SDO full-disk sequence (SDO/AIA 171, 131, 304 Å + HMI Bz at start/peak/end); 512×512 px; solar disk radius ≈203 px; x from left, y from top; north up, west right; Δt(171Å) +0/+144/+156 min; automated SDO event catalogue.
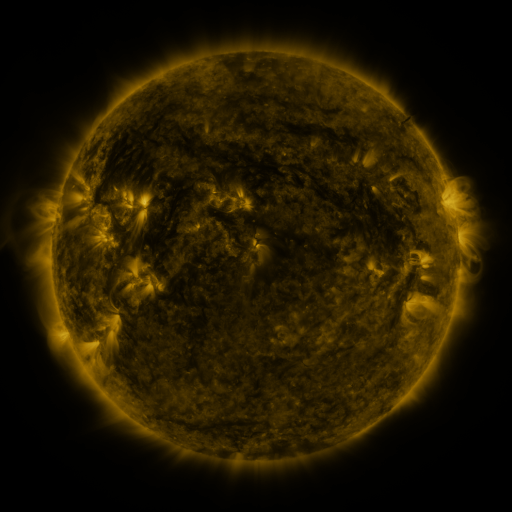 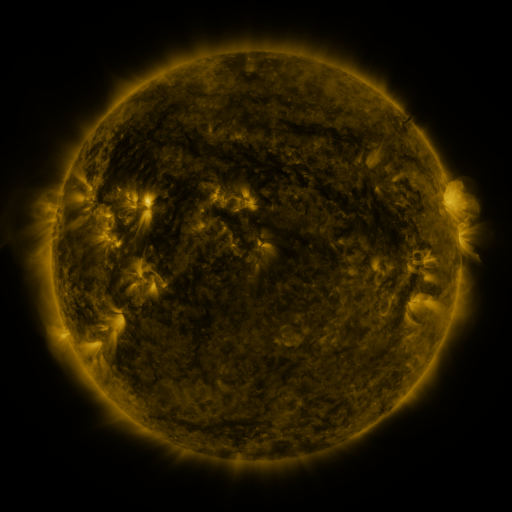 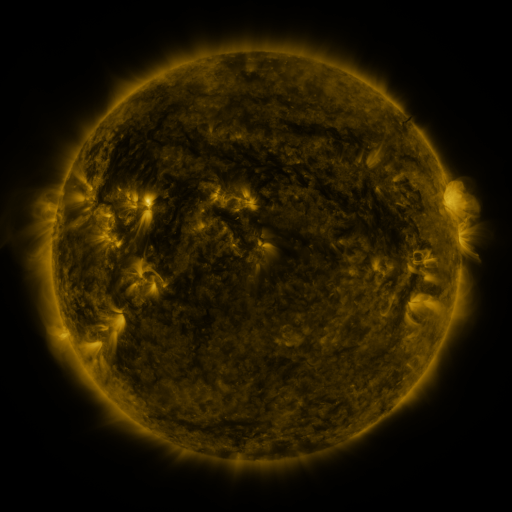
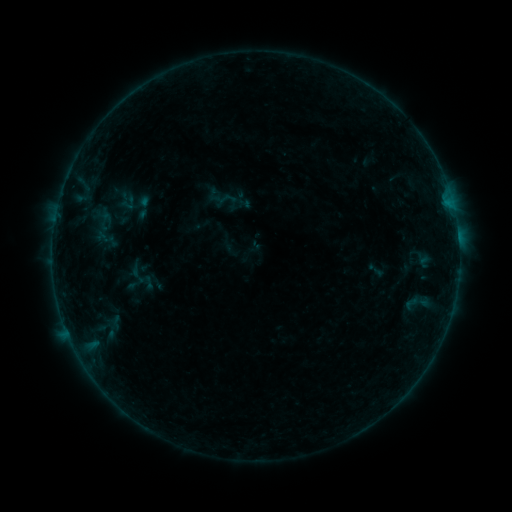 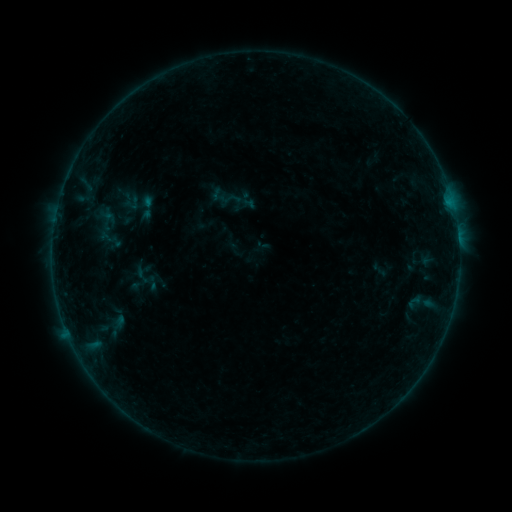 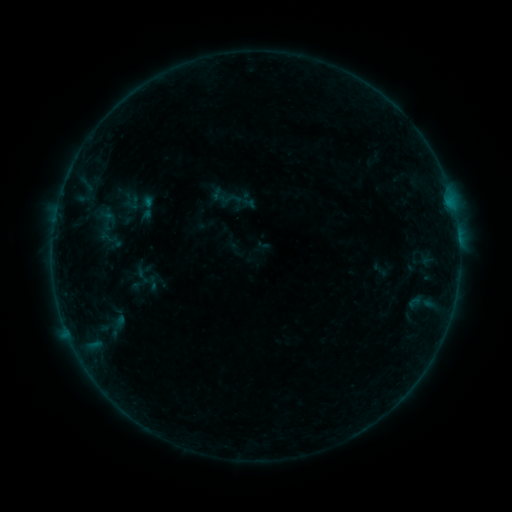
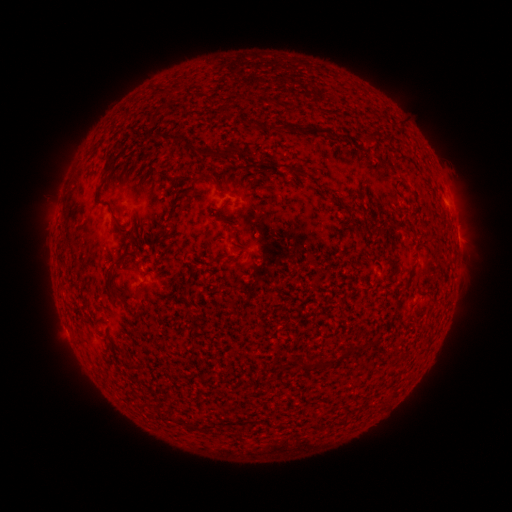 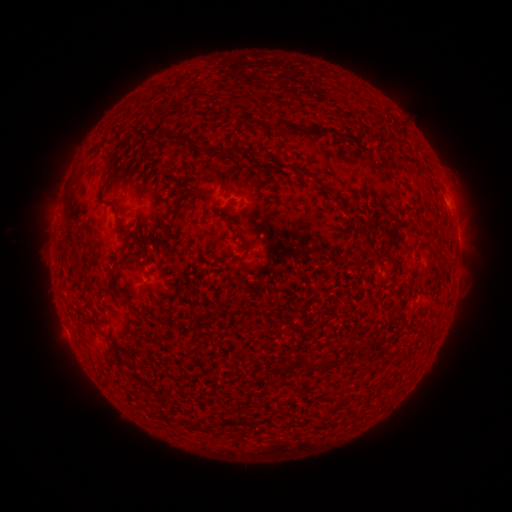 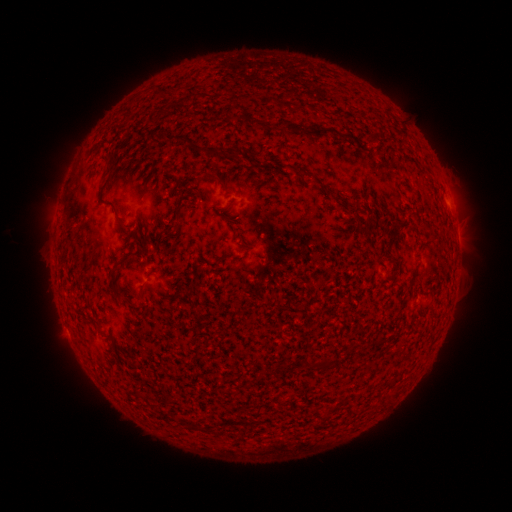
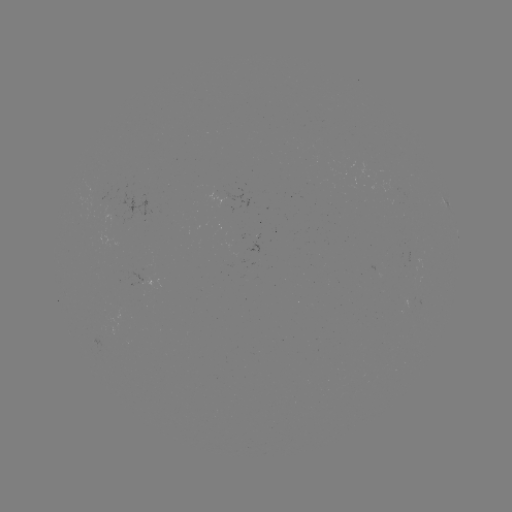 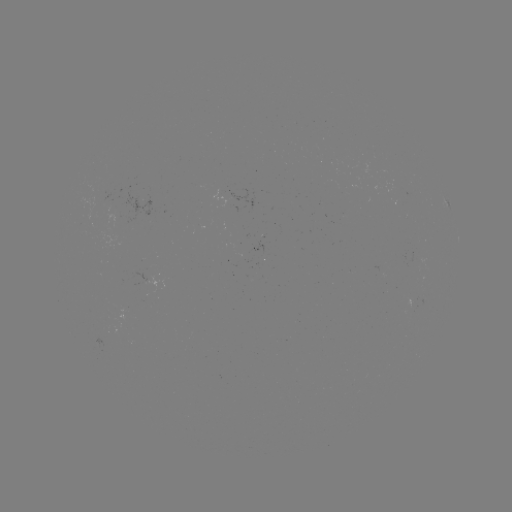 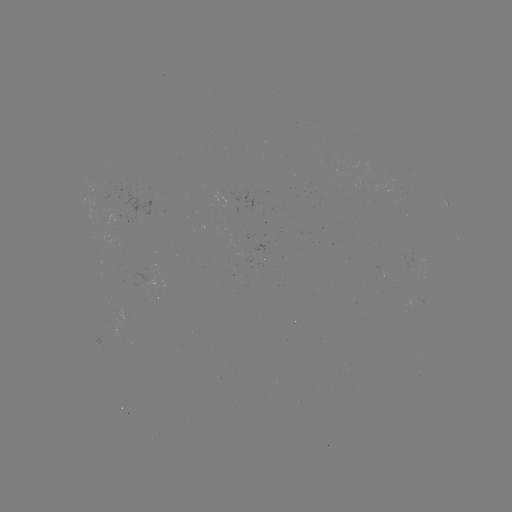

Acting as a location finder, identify emerging-flux region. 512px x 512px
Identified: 112,203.